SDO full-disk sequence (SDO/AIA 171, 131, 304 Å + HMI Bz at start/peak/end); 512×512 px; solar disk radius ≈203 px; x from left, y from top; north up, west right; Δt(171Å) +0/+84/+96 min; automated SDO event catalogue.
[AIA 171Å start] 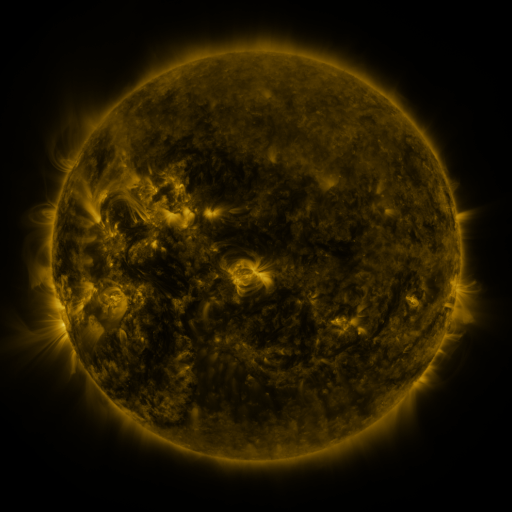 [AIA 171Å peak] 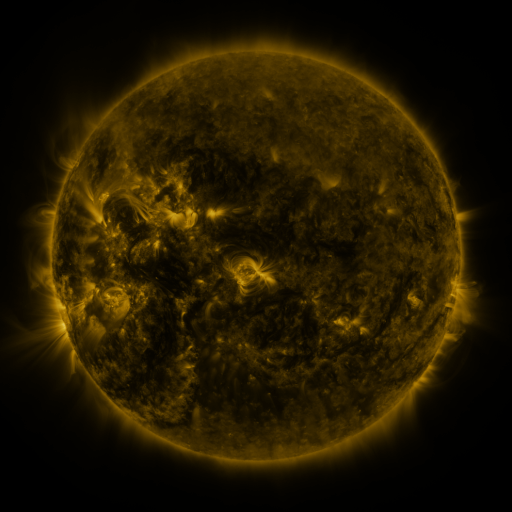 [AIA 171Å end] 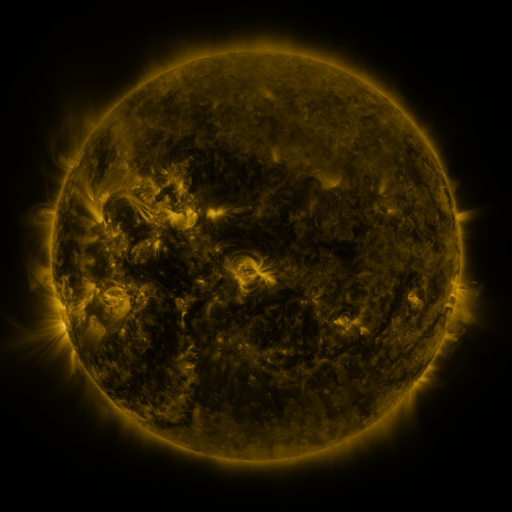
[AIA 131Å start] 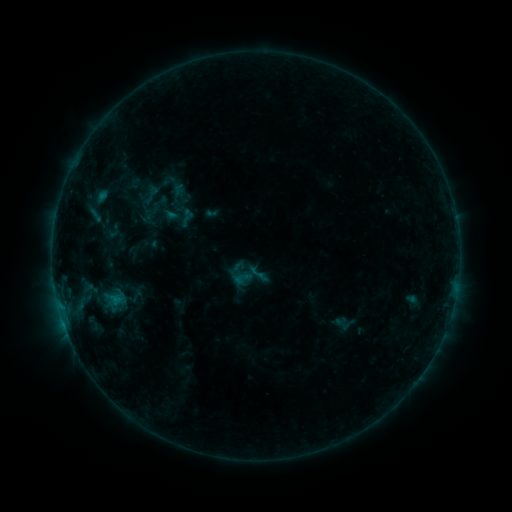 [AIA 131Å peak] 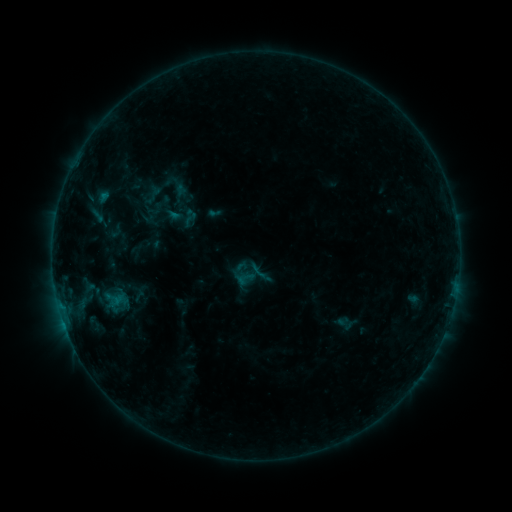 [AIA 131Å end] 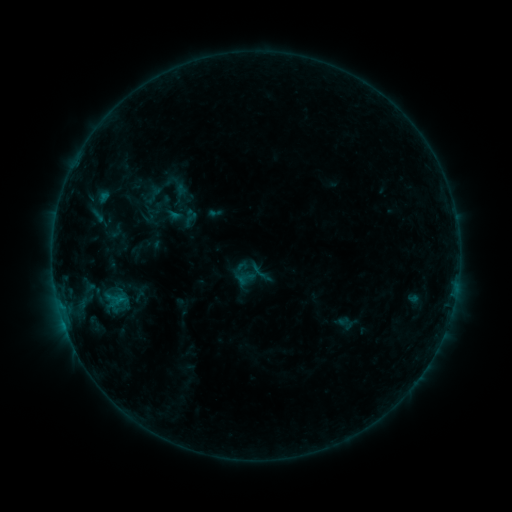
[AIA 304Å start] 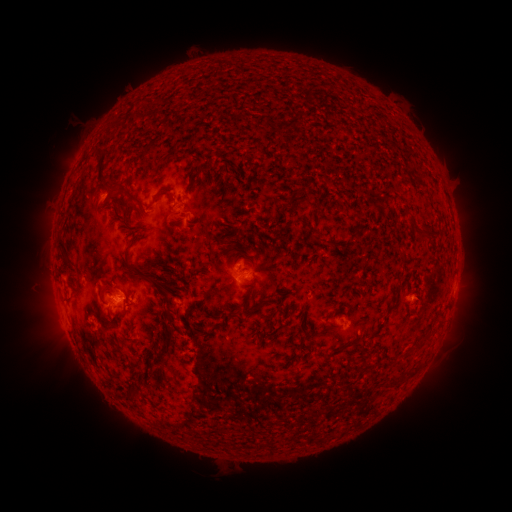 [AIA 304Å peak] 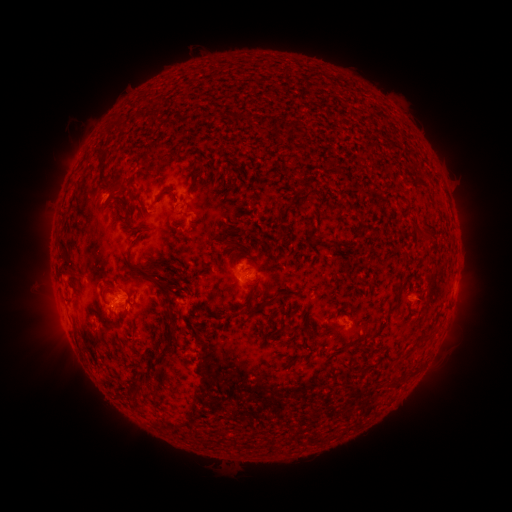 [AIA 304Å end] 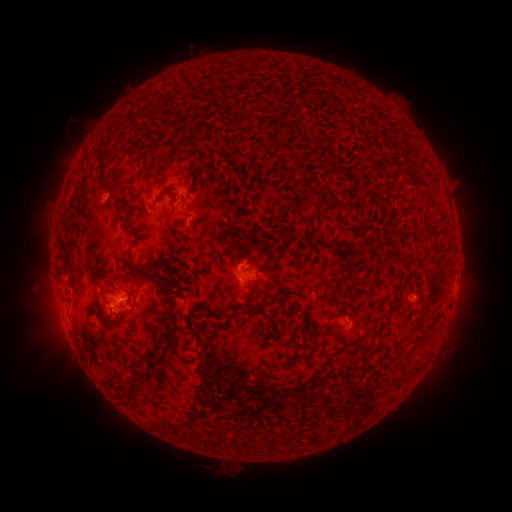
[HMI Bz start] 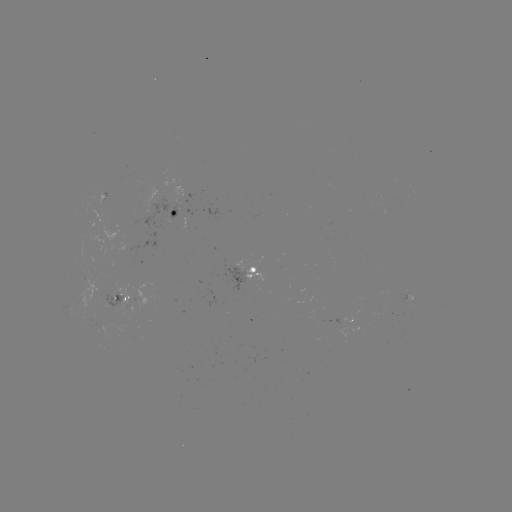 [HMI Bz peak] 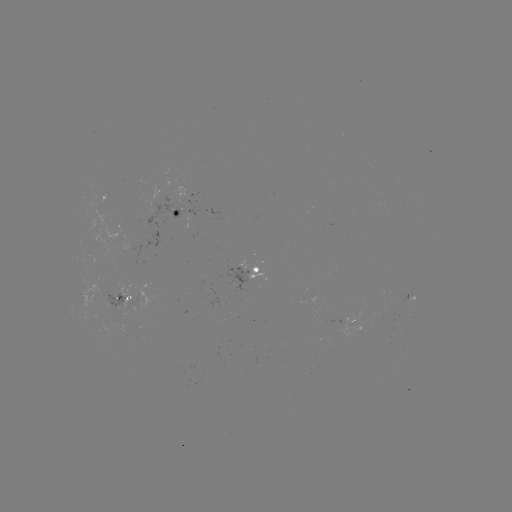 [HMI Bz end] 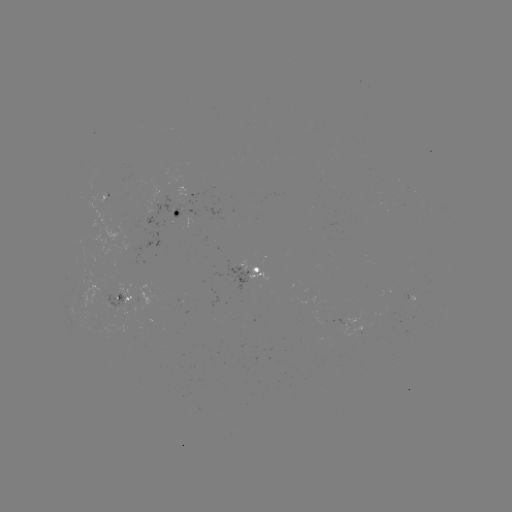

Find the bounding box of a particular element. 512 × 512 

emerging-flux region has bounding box [90, 195, 107, 204].